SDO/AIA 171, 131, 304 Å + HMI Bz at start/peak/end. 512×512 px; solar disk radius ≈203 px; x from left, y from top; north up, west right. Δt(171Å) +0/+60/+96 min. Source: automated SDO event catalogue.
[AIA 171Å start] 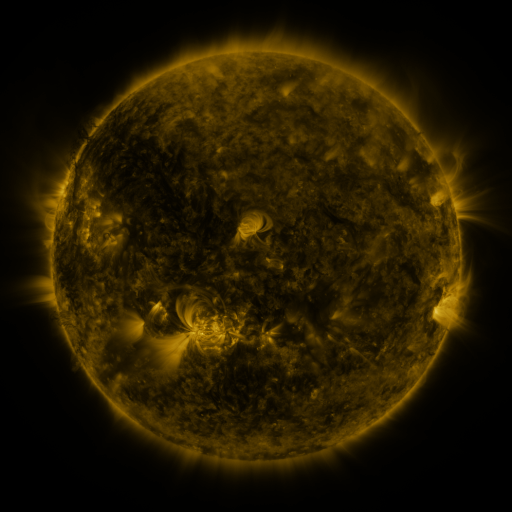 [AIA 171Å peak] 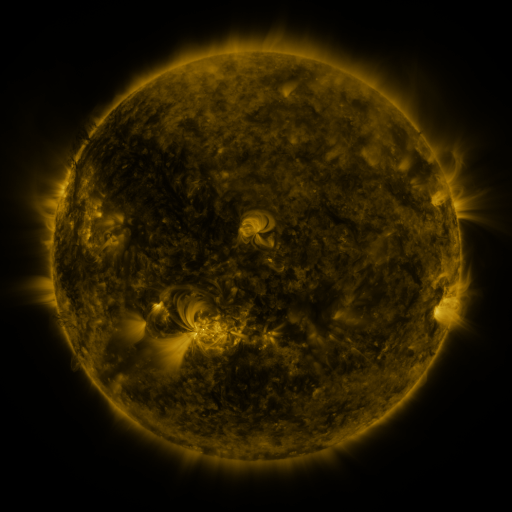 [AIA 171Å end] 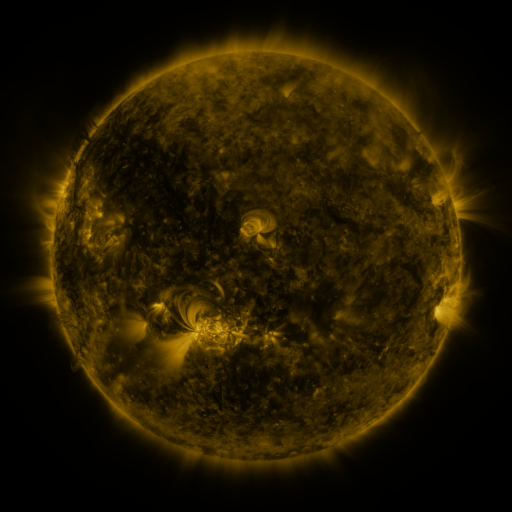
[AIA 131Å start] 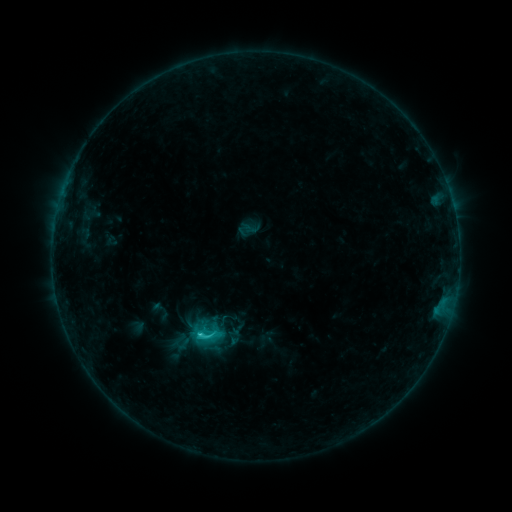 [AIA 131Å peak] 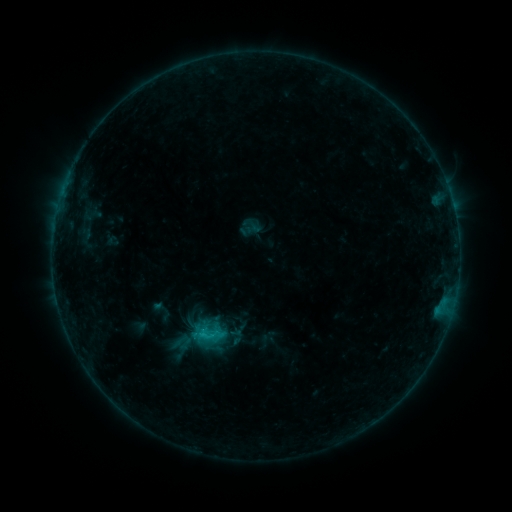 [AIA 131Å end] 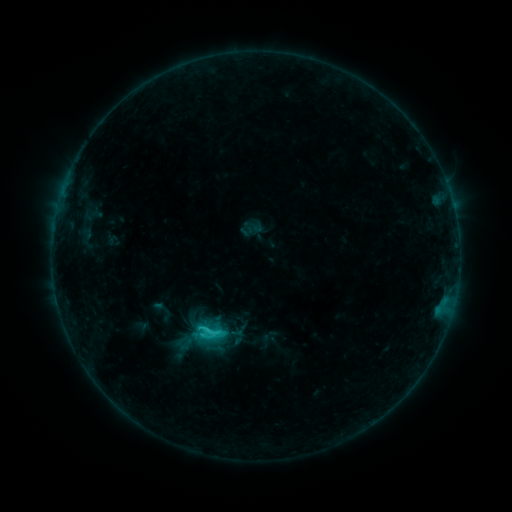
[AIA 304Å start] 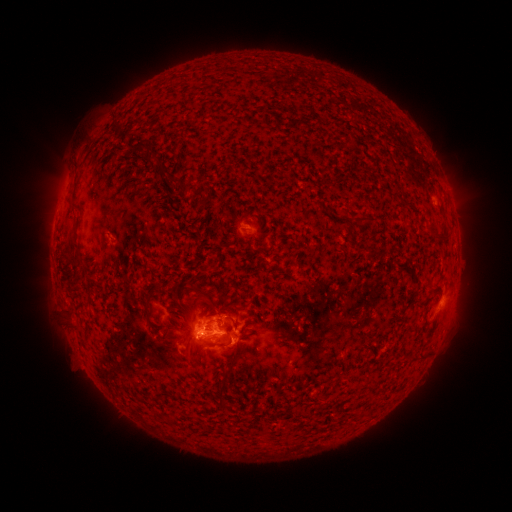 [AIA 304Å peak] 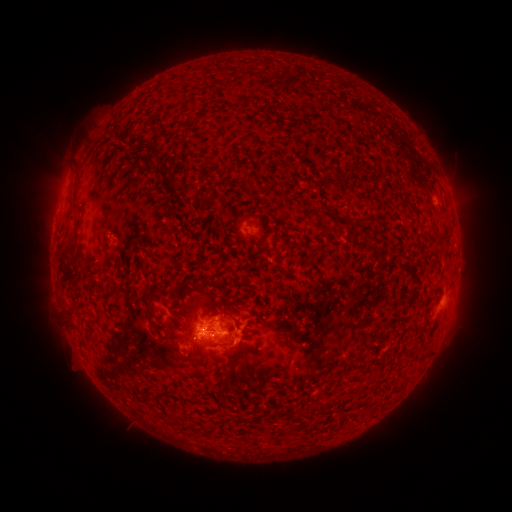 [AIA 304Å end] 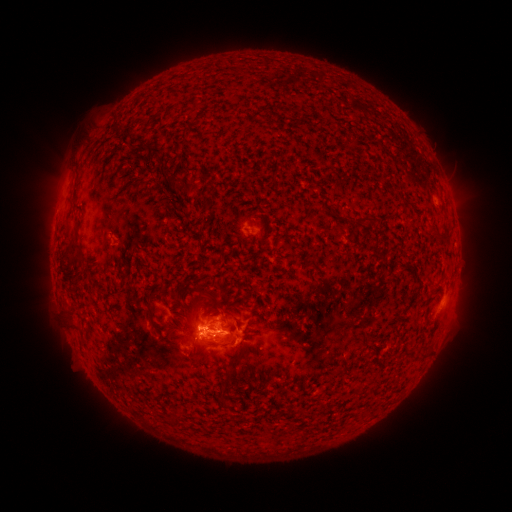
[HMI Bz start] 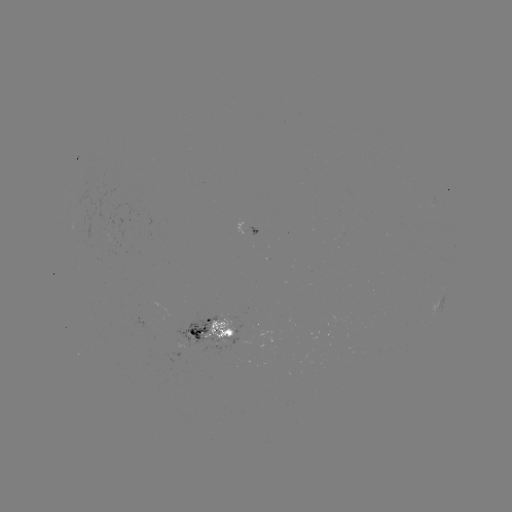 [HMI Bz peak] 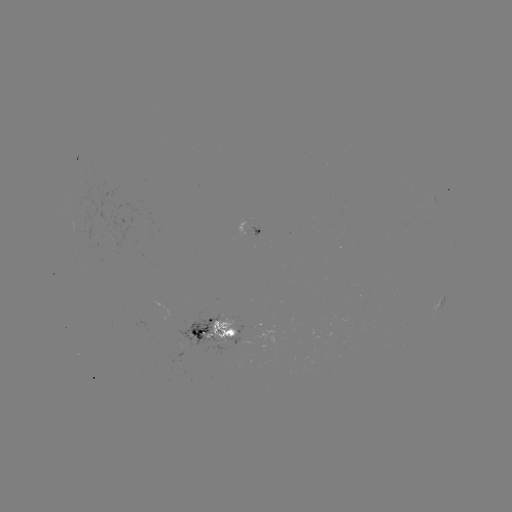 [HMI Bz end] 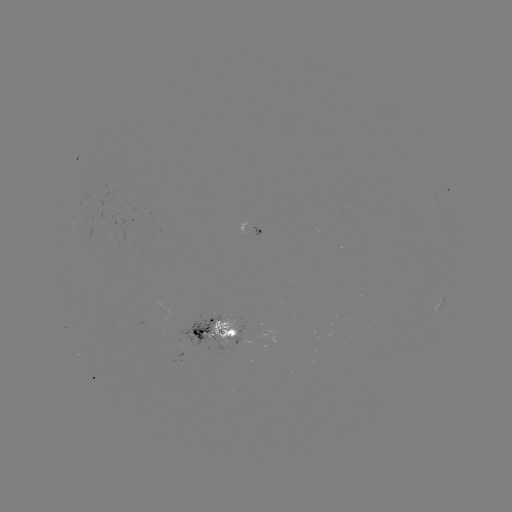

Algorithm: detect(emerging-flux region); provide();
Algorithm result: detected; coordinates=253,231